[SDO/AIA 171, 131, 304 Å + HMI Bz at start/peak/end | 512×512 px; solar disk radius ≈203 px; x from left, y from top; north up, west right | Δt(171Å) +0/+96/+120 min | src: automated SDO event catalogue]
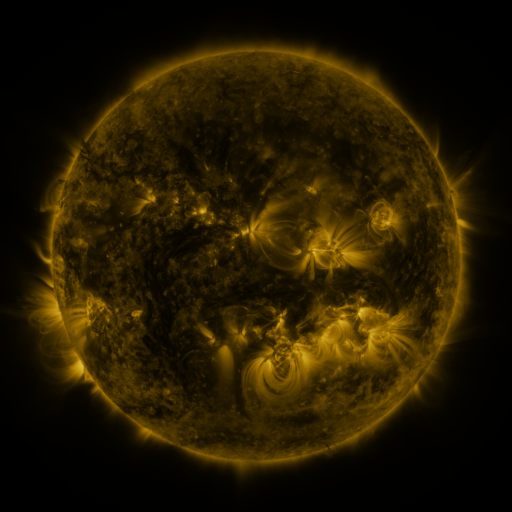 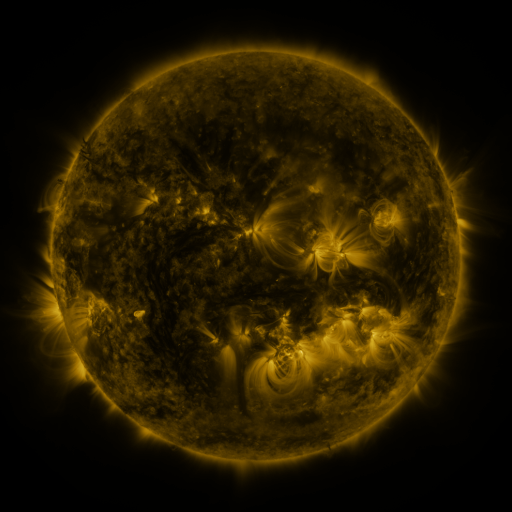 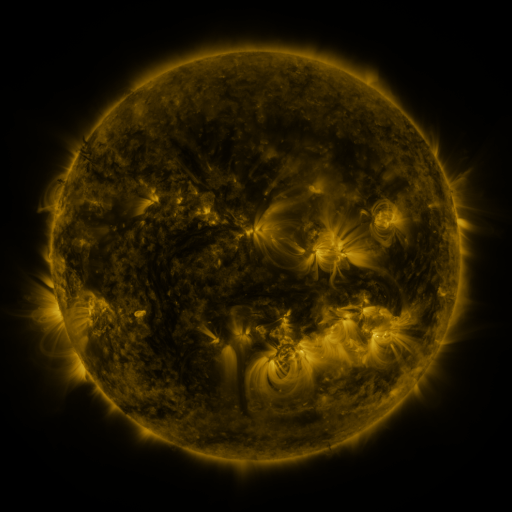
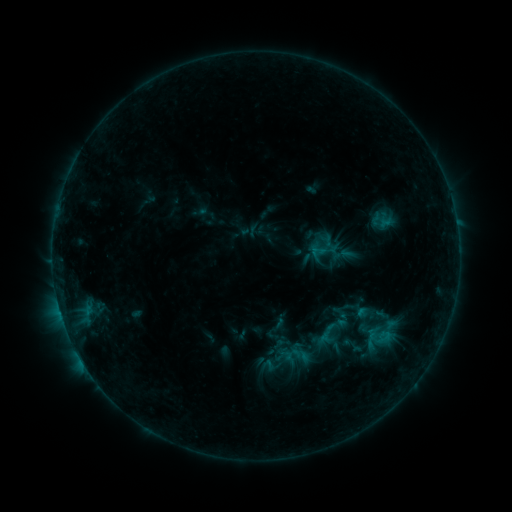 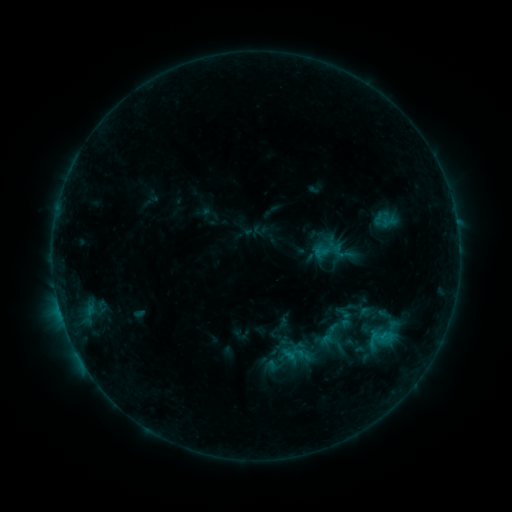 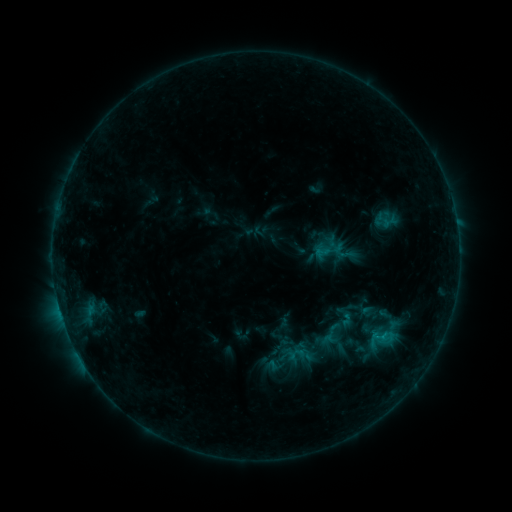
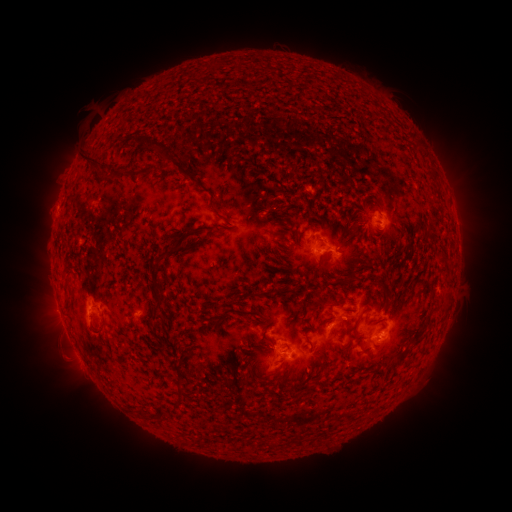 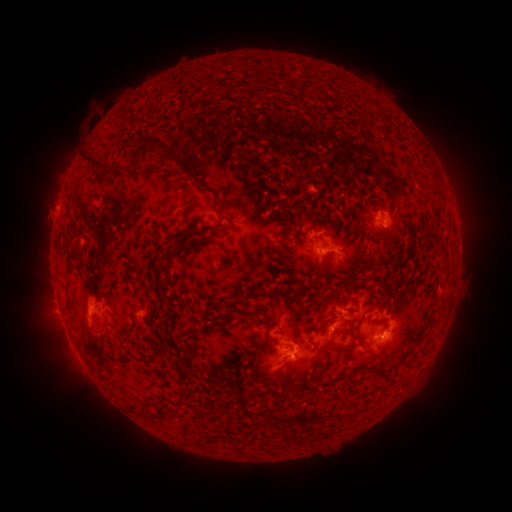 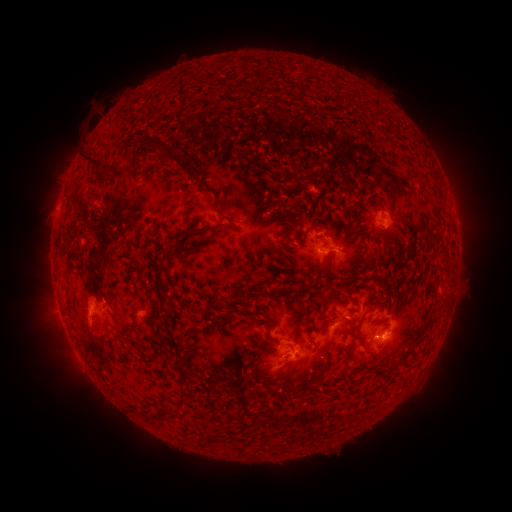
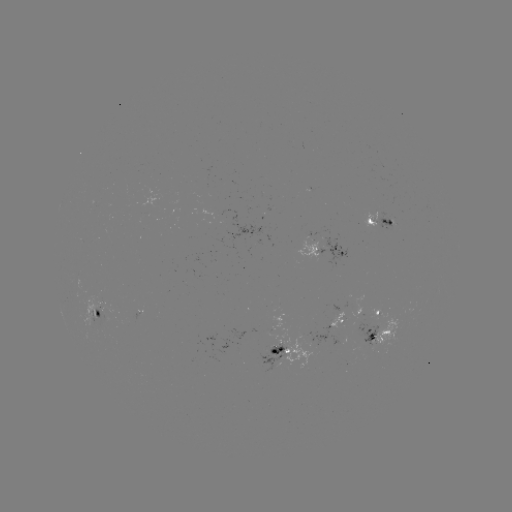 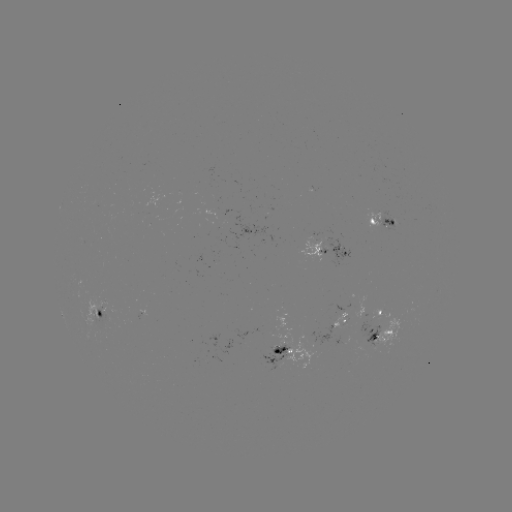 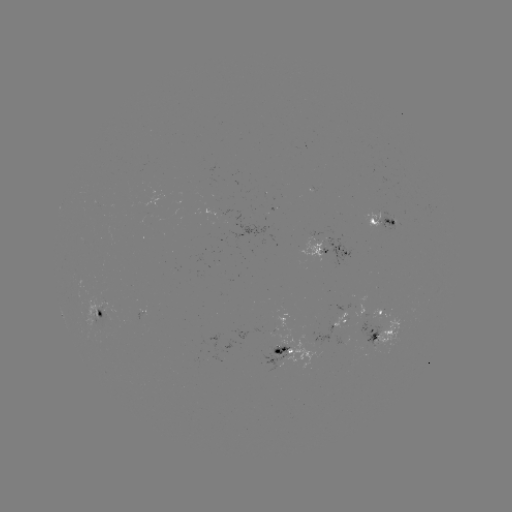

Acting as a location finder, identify emerging-flux region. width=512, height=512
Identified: (375, 323).